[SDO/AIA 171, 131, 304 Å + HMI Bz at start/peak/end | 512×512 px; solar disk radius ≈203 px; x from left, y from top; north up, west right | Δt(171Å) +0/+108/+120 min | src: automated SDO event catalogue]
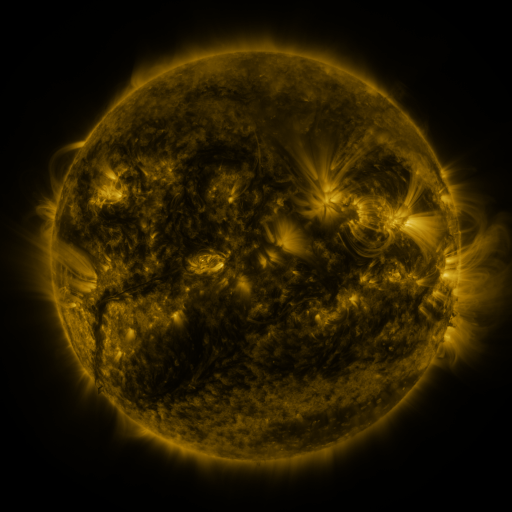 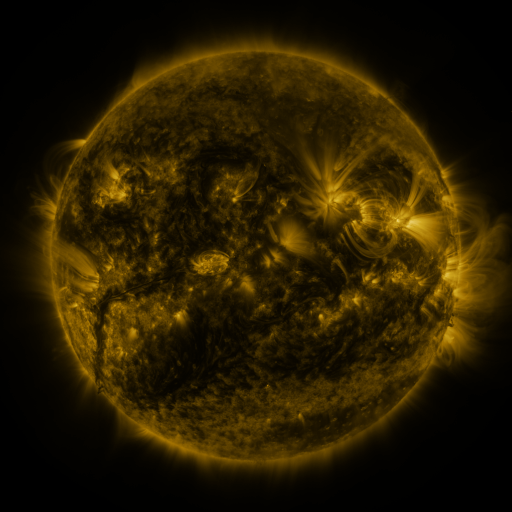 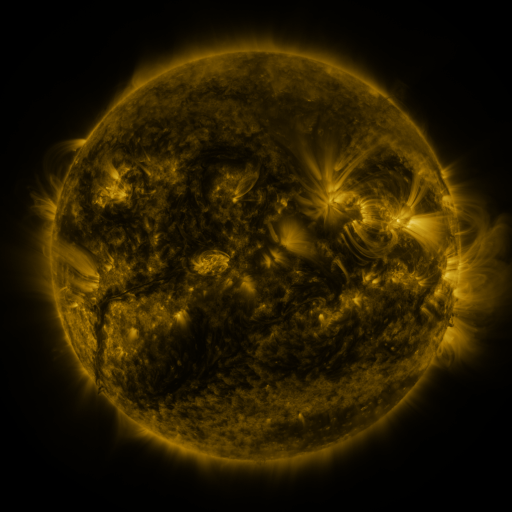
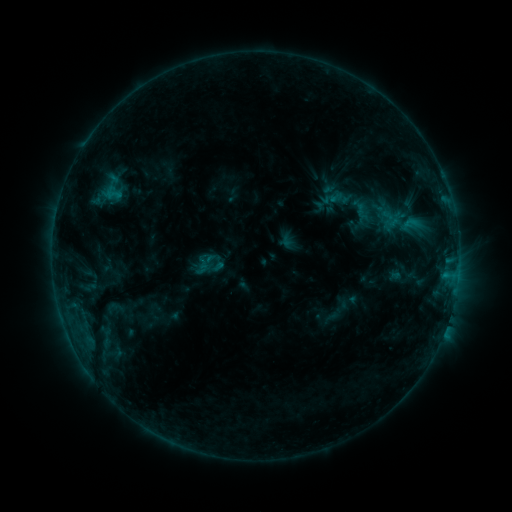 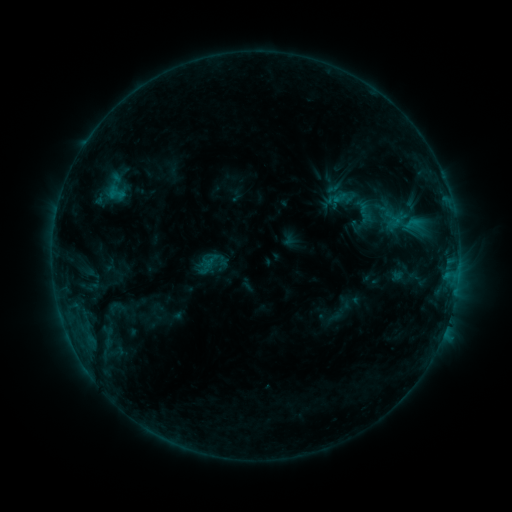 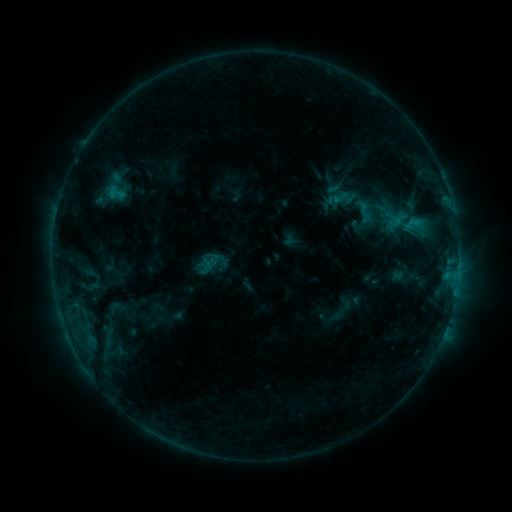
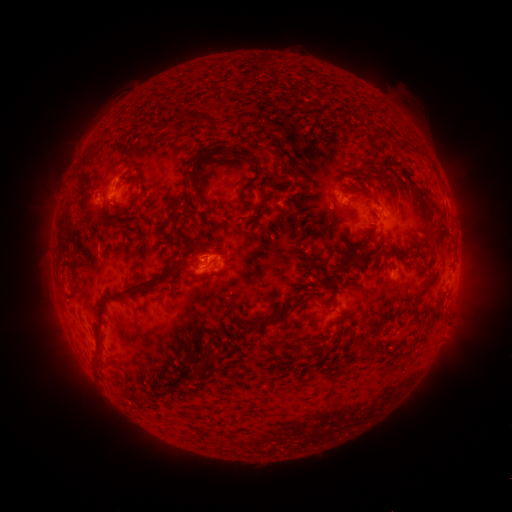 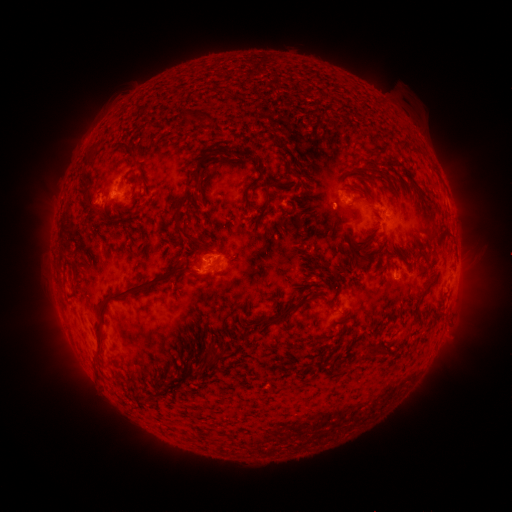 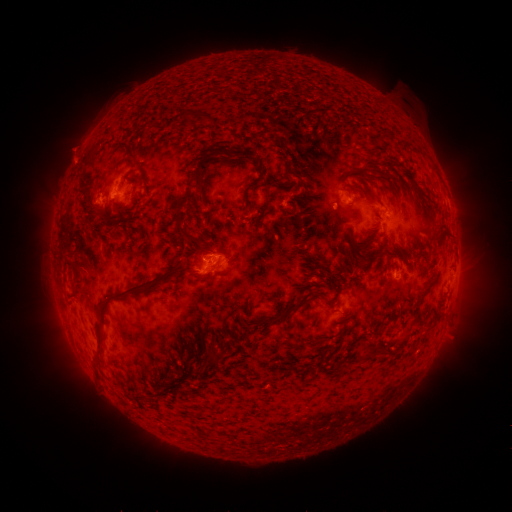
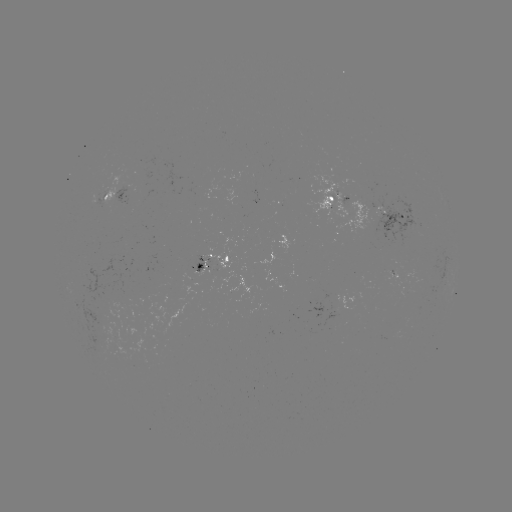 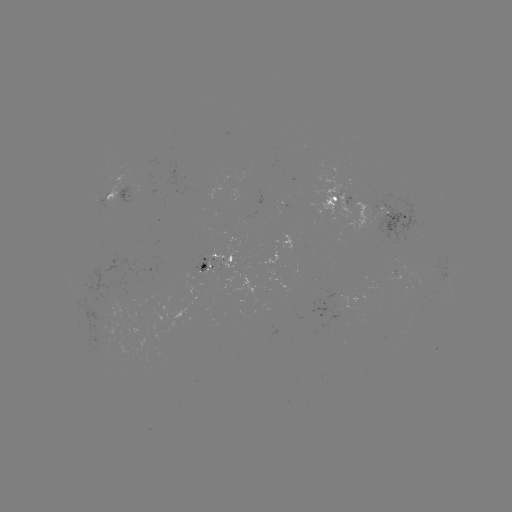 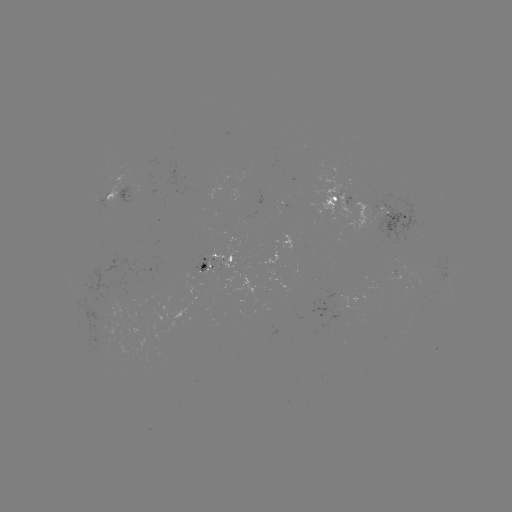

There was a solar emerging-flux region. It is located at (391, 214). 